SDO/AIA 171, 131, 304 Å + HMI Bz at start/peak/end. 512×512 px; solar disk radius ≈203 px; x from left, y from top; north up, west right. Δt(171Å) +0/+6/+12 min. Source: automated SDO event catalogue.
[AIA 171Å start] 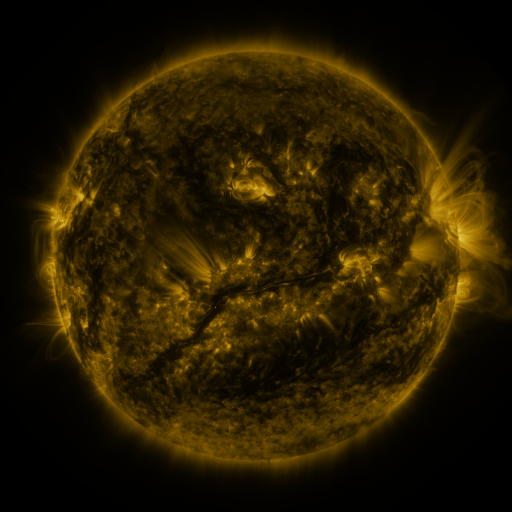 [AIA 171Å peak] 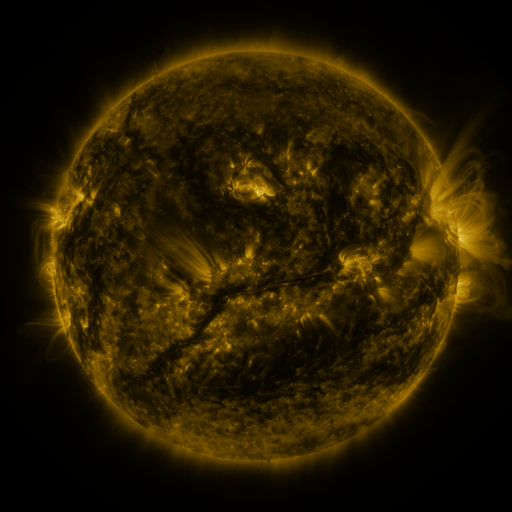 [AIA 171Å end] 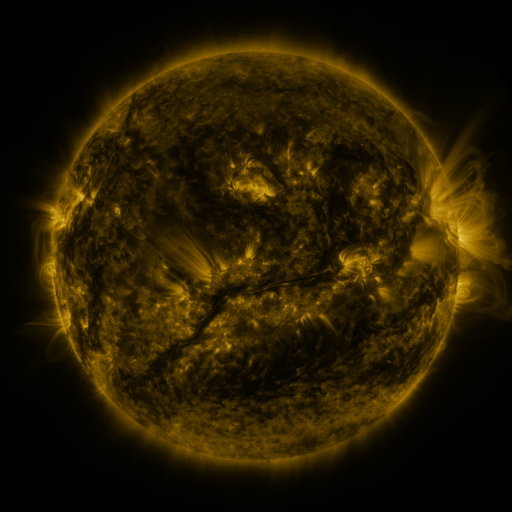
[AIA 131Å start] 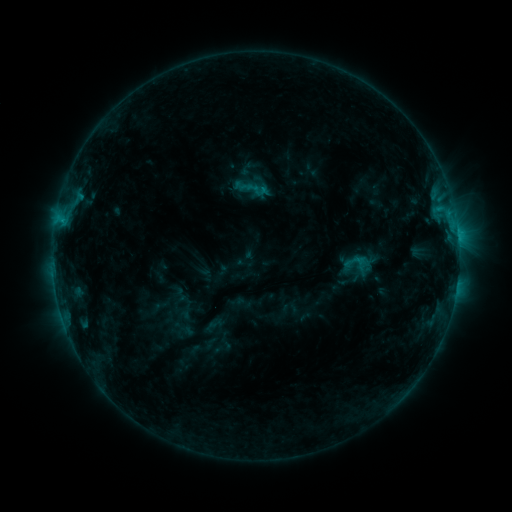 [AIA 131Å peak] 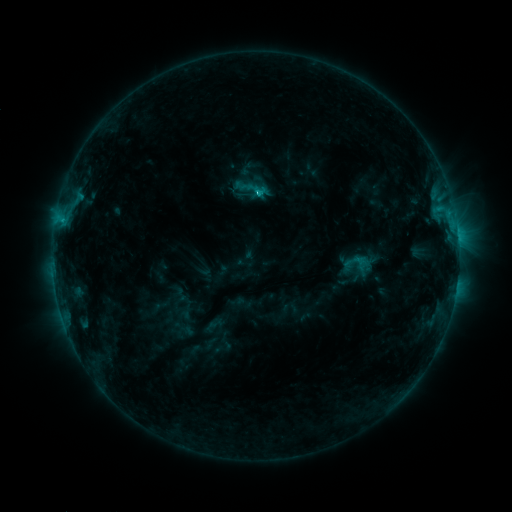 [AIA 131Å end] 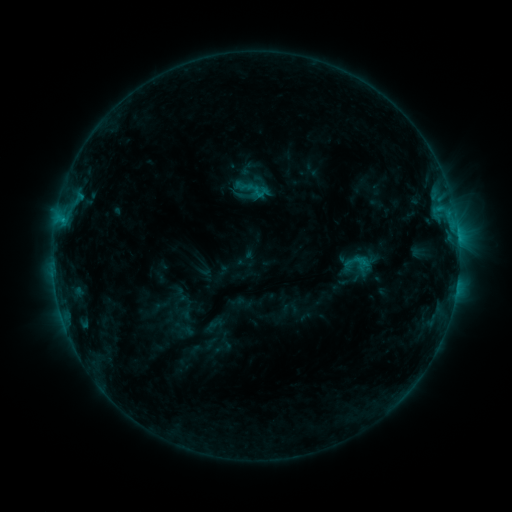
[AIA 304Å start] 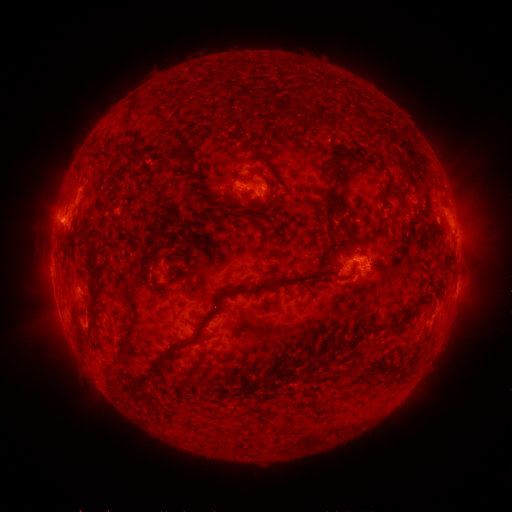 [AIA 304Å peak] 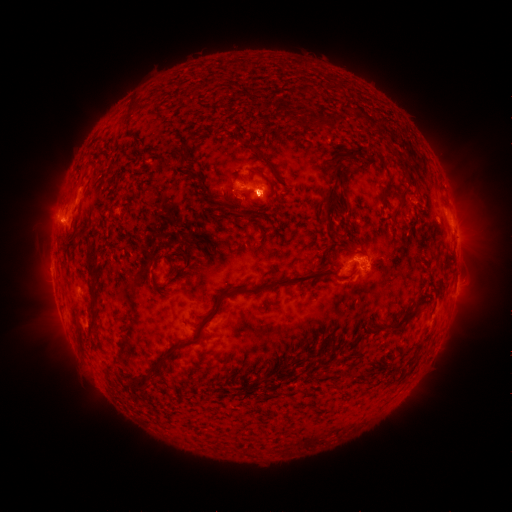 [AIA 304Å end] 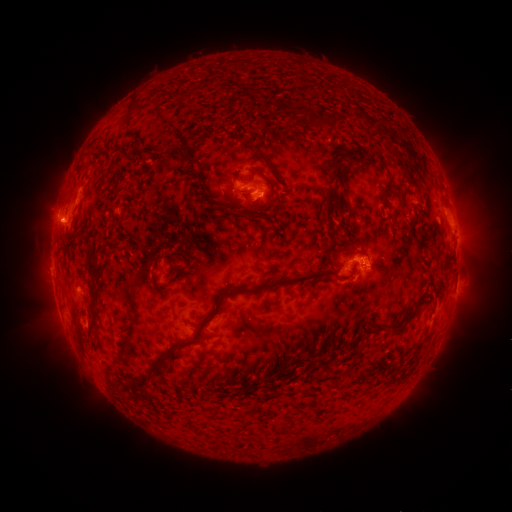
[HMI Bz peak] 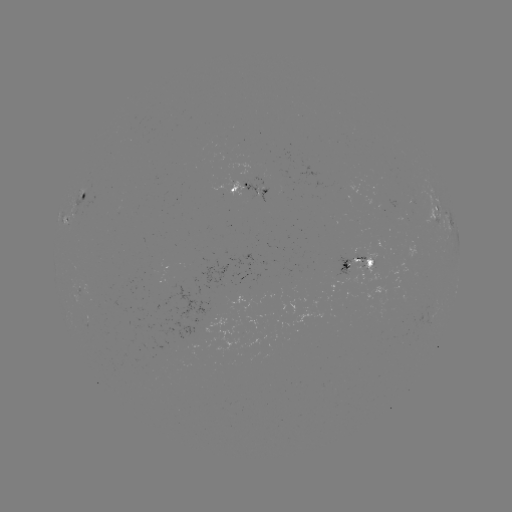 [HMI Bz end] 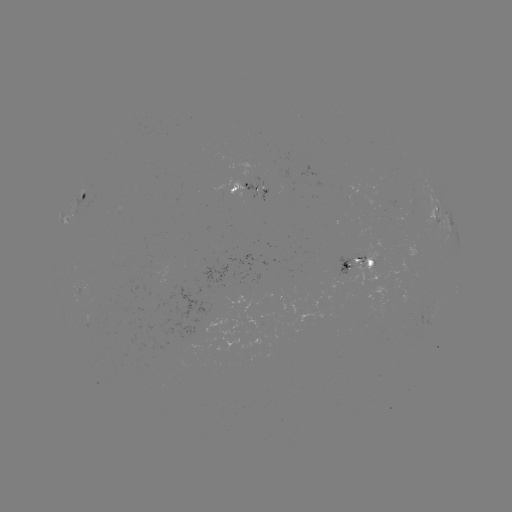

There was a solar flare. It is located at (63, 224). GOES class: C1.5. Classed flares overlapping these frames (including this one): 1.